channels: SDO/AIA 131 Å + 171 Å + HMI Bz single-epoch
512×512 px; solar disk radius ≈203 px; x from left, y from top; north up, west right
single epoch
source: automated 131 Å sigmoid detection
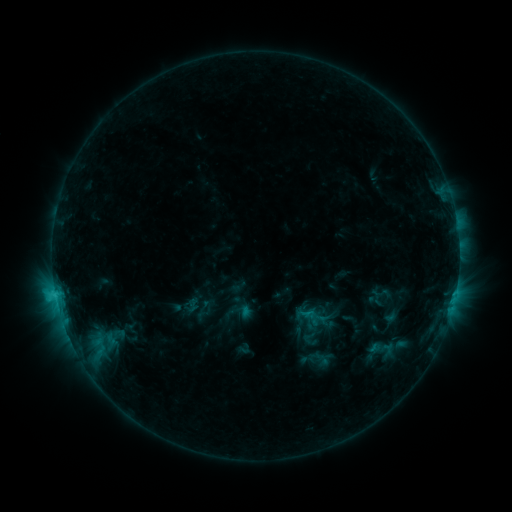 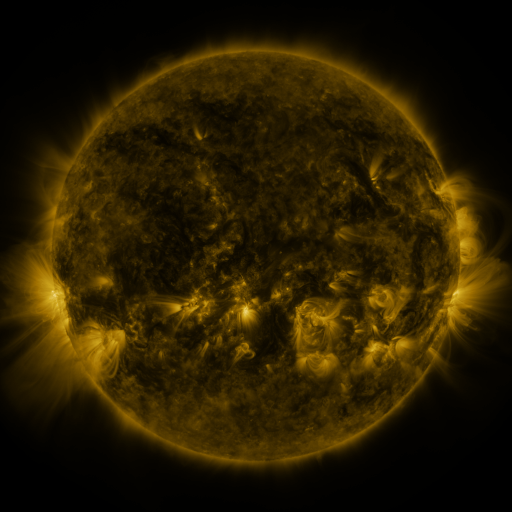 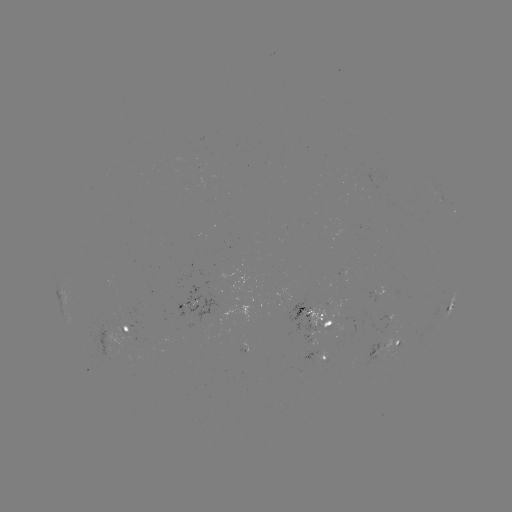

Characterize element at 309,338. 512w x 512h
sigmoid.